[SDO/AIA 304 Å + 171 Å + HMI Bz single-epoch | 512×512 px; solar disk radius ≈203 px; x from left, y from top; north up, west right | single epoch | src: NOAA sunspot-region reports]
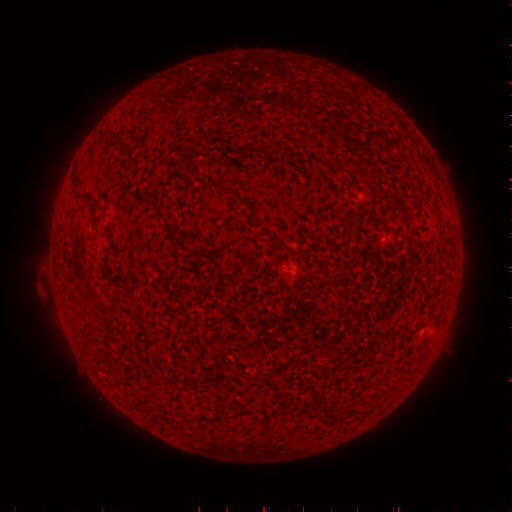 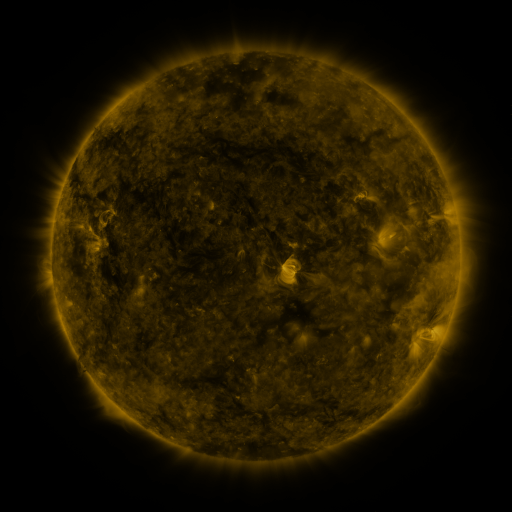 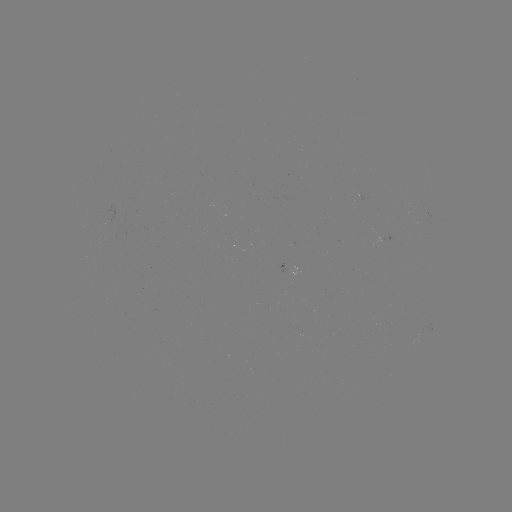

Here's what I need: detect spotted active region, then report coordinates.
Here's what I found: spotted active region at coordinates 424,332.